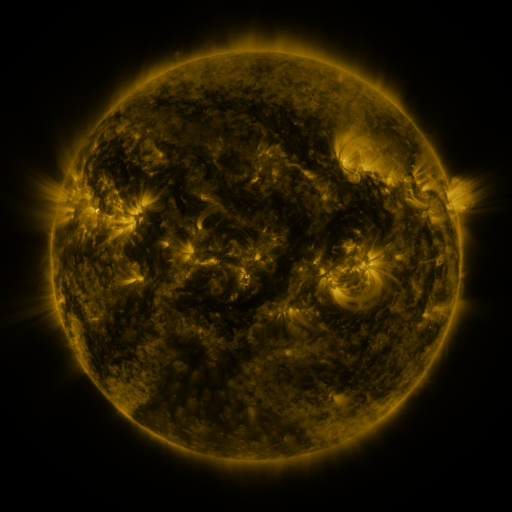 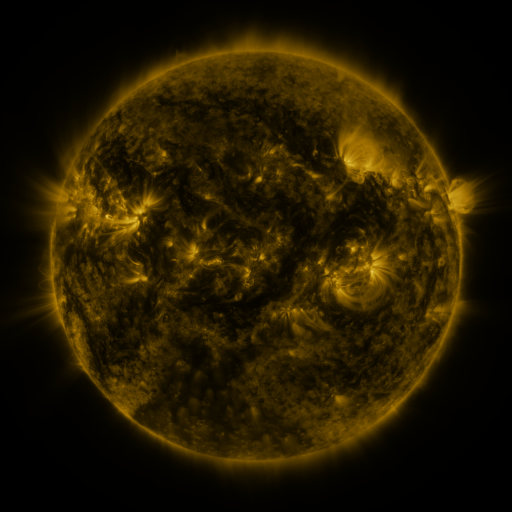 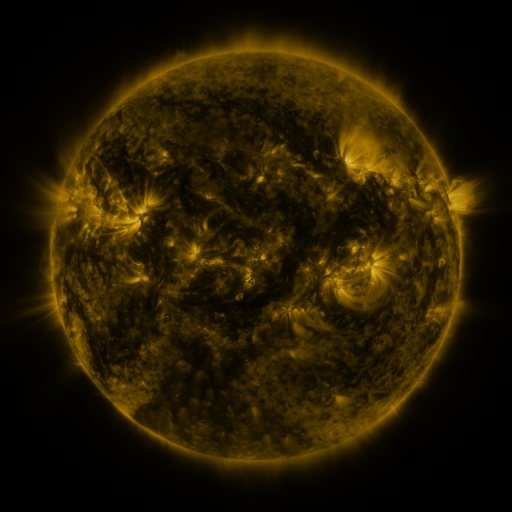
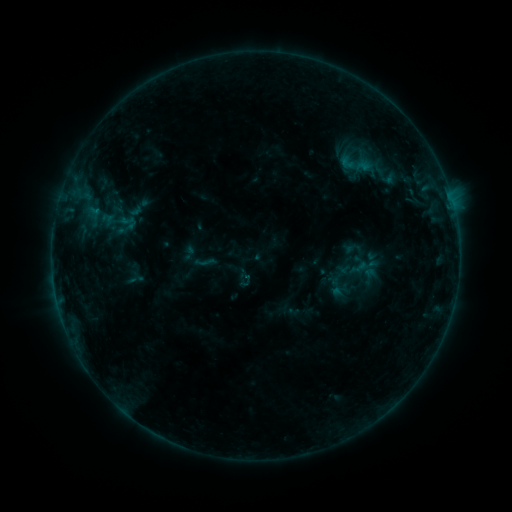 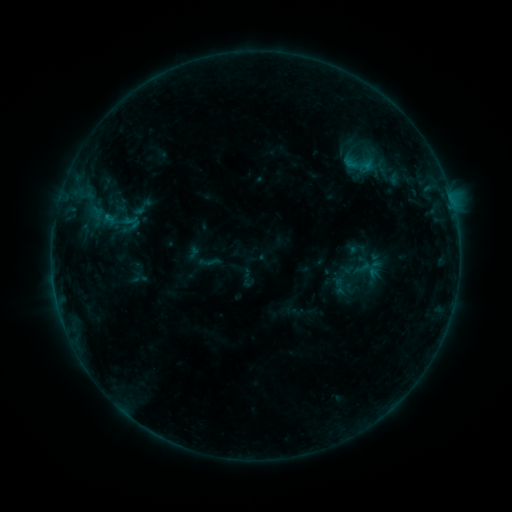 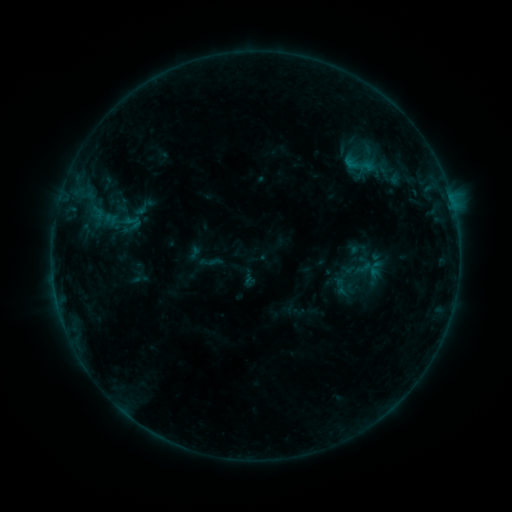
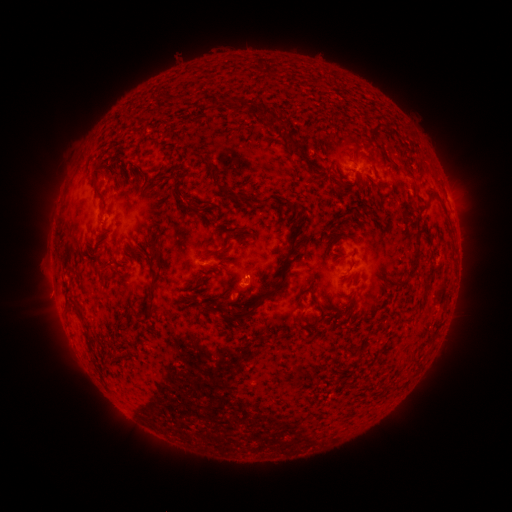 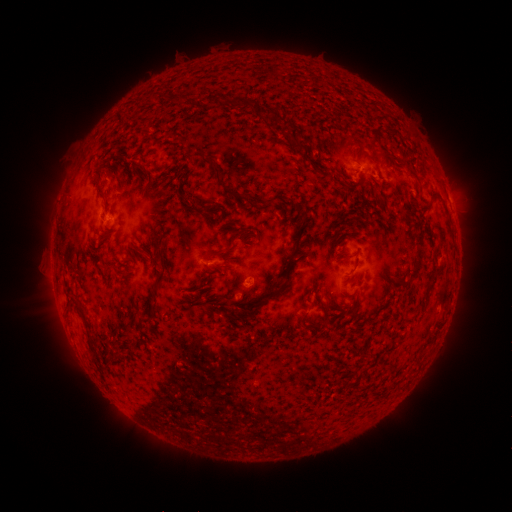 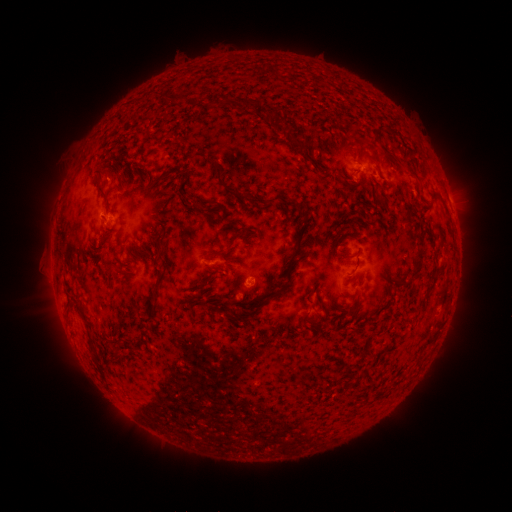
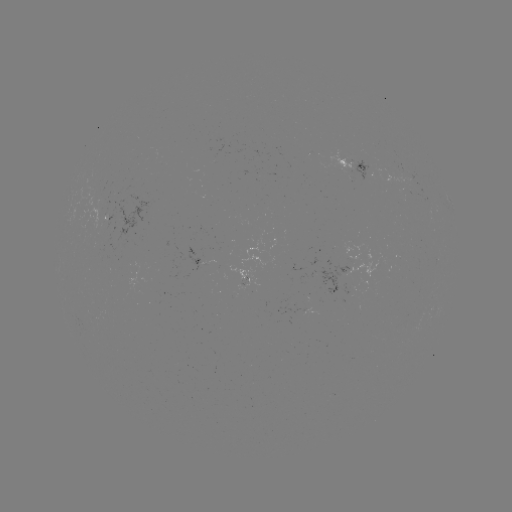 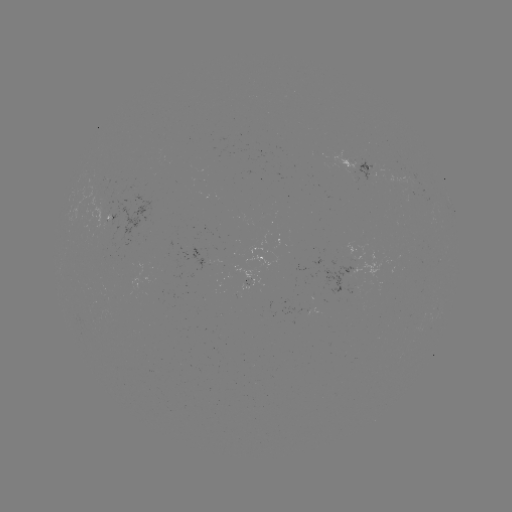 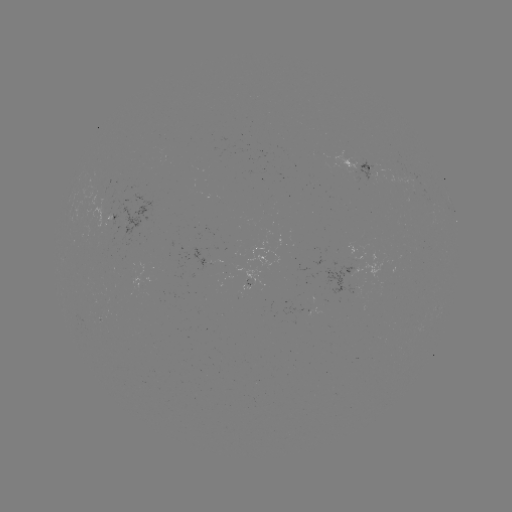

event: emerging-flux region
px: (110, 213)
